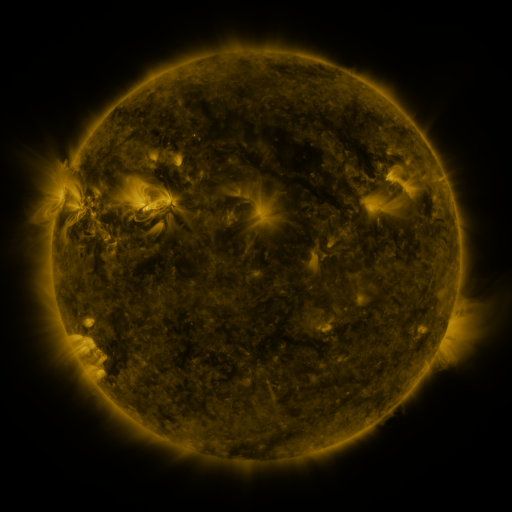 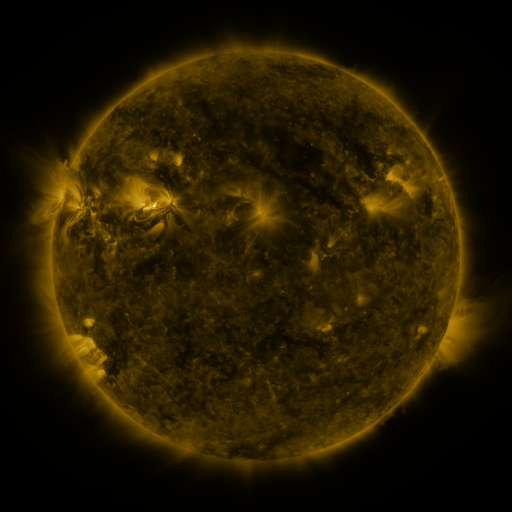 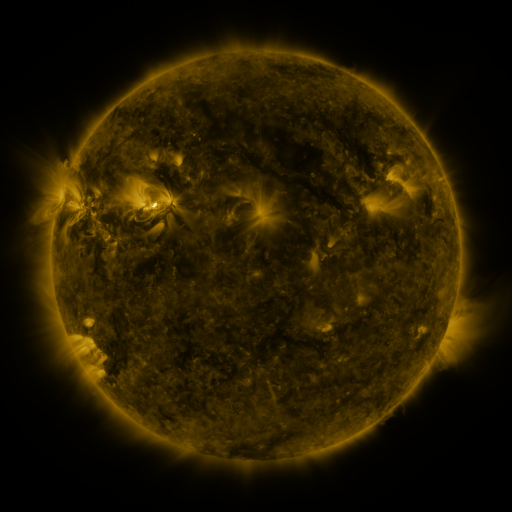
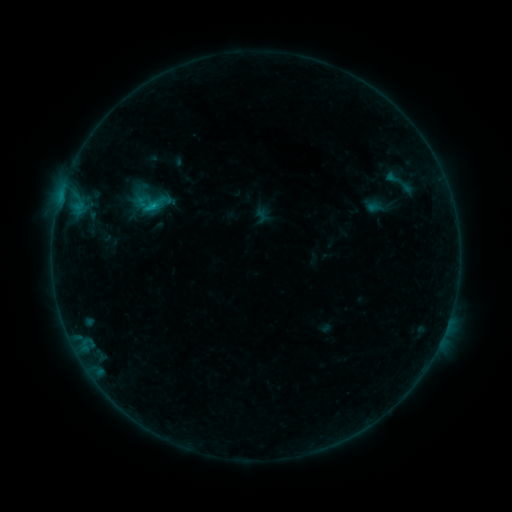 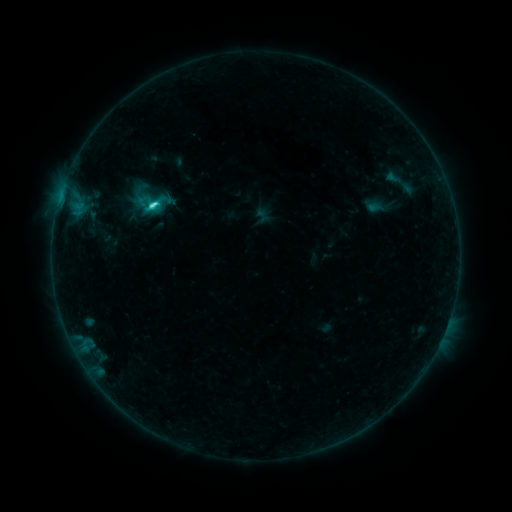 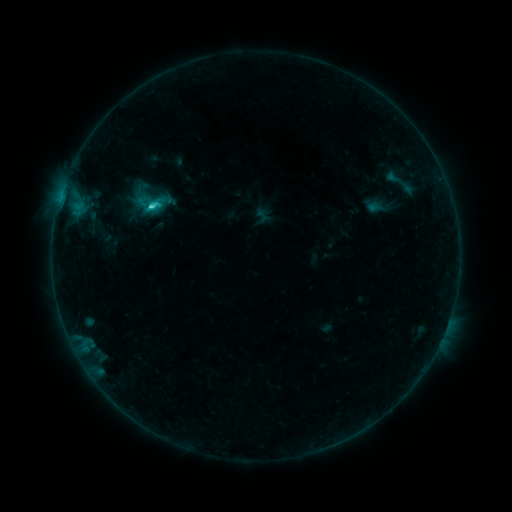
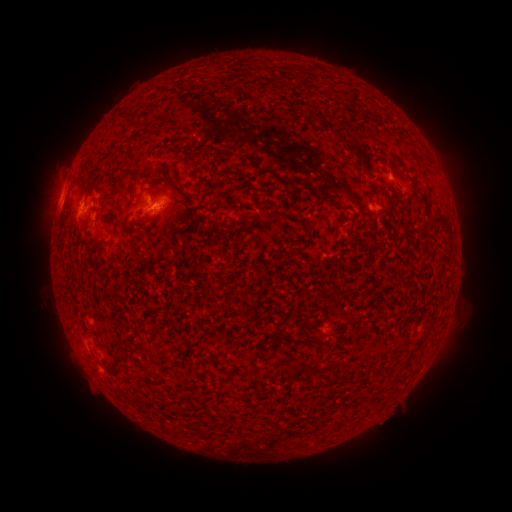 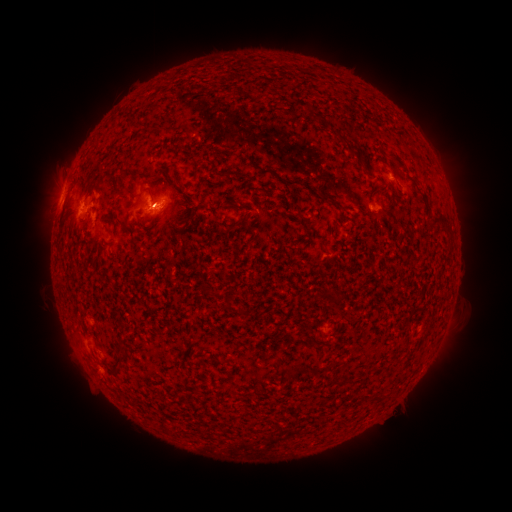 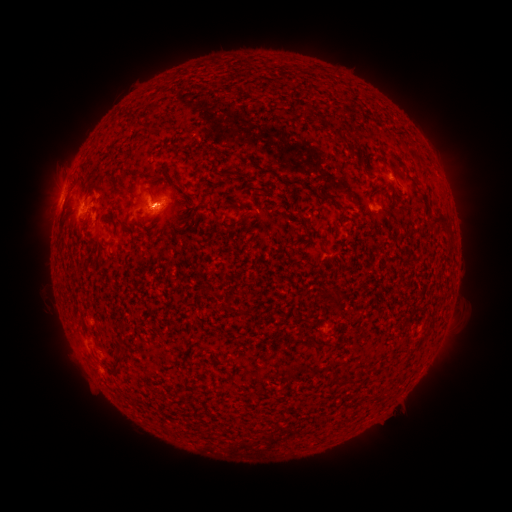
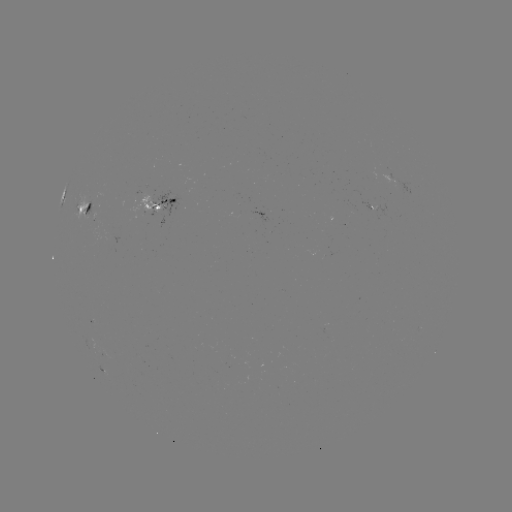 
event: flare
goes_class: C5.2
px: (156, 209)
